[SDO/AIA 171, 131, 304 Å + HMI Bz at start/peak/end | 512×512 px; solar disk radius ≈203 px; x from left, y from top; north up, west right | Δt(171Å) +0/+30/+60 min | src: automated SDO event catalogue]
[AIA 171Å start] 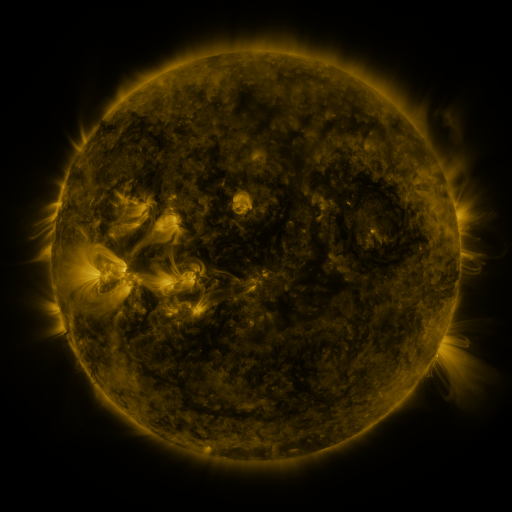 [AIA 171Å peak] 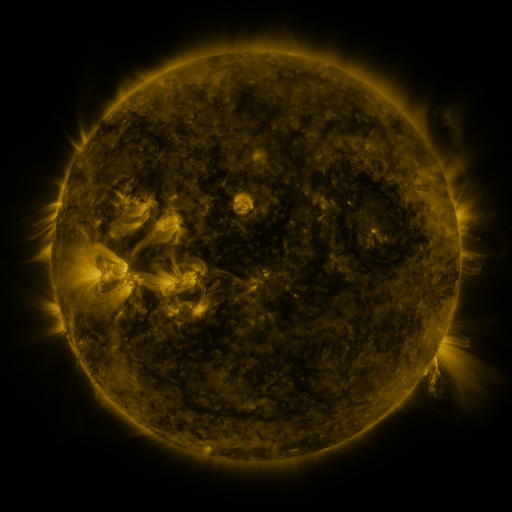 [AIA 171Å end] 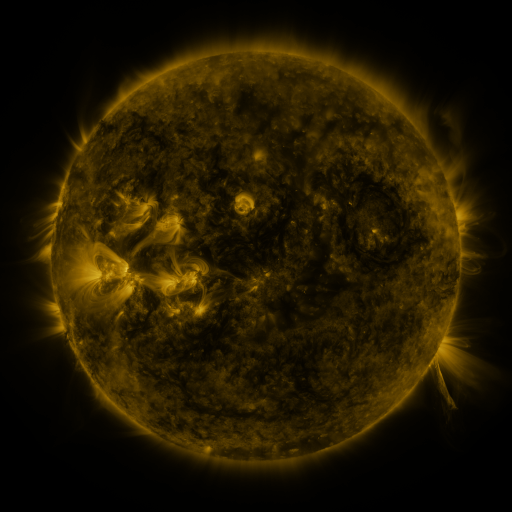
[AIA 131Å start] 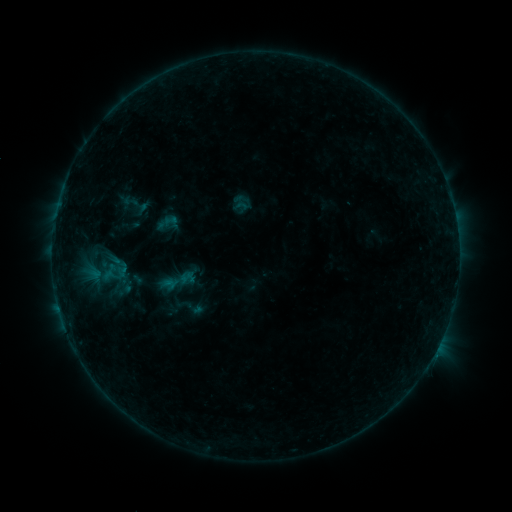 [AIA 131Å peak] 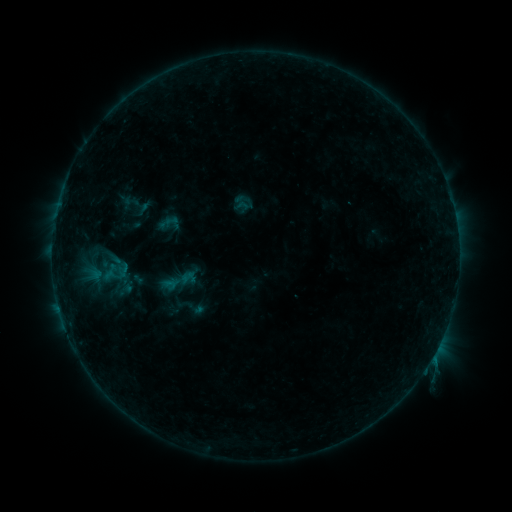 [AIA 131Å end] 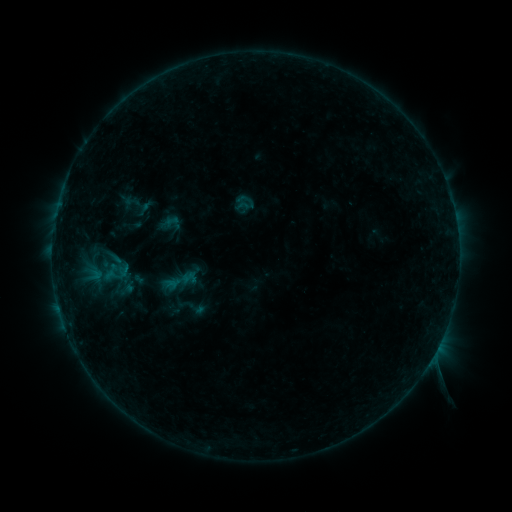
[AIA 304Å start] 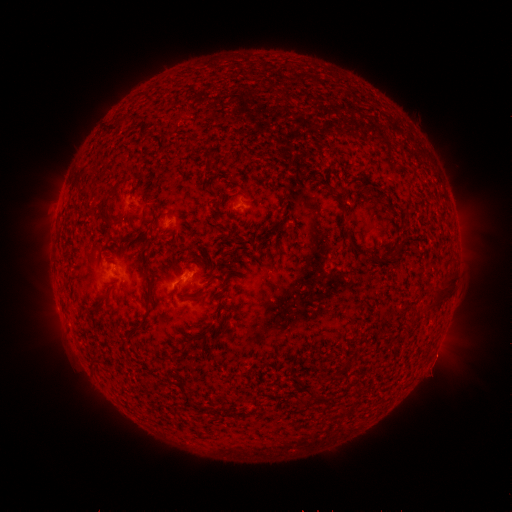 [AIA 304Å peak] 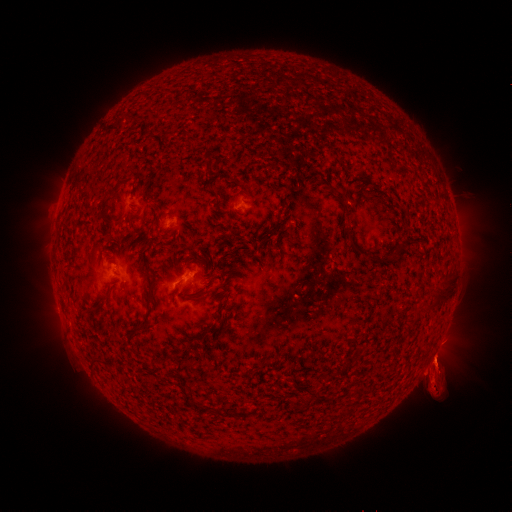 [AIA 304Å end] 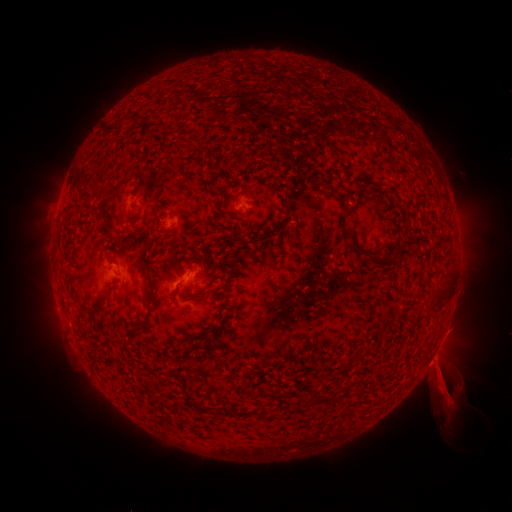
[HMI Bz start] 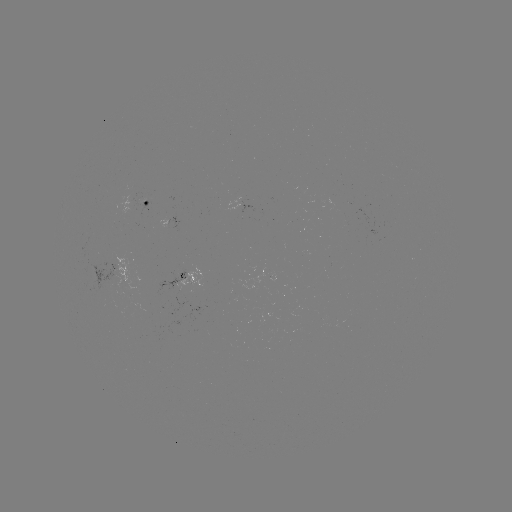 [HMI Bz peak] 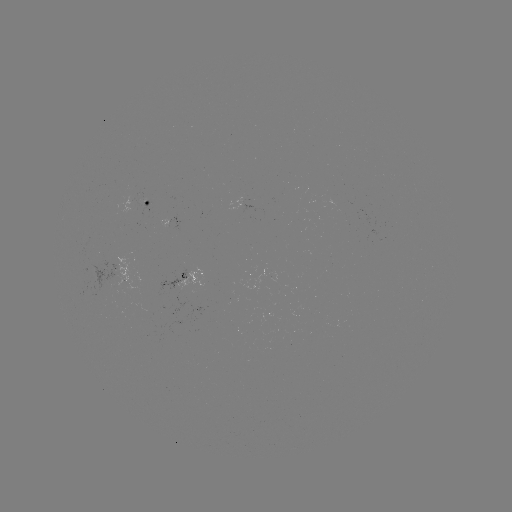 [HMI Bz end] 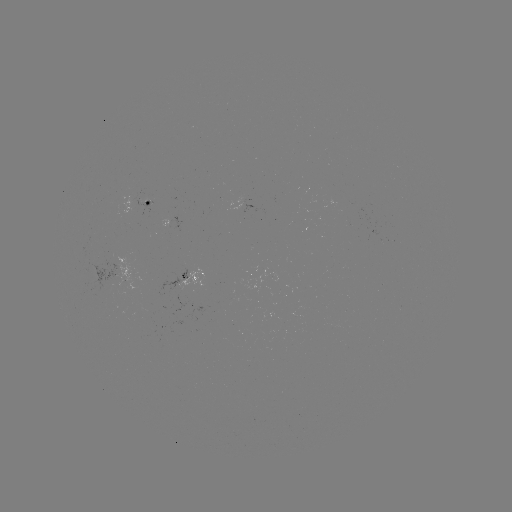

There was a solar eruption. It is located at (437, 371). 